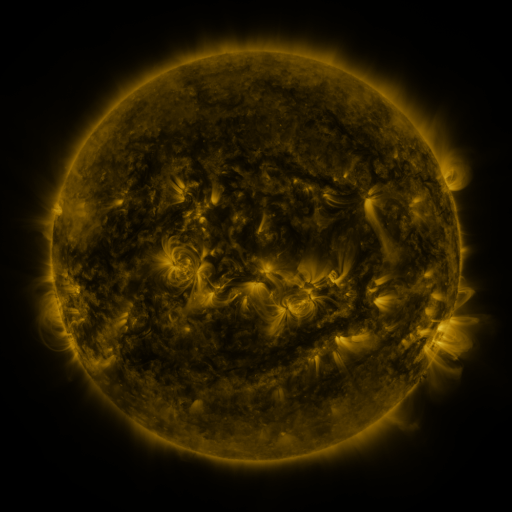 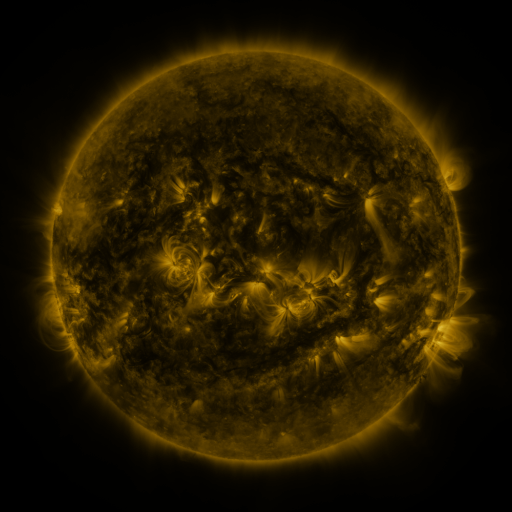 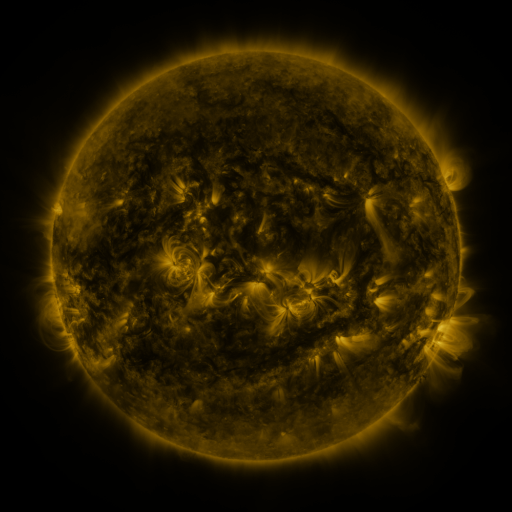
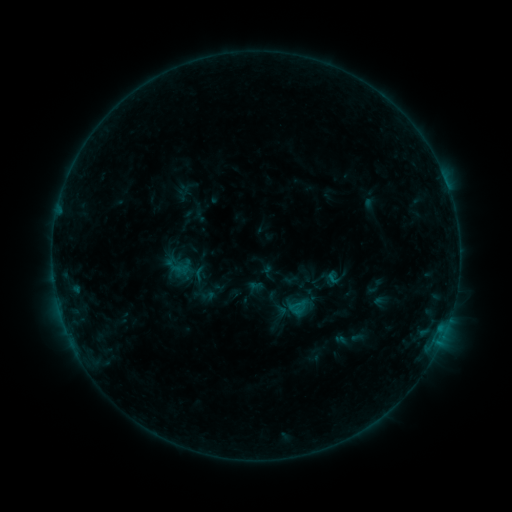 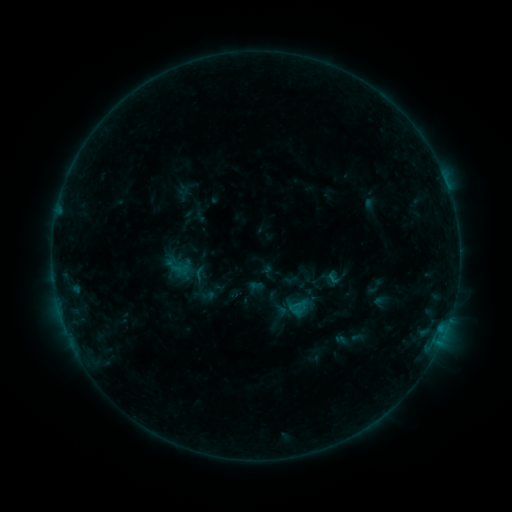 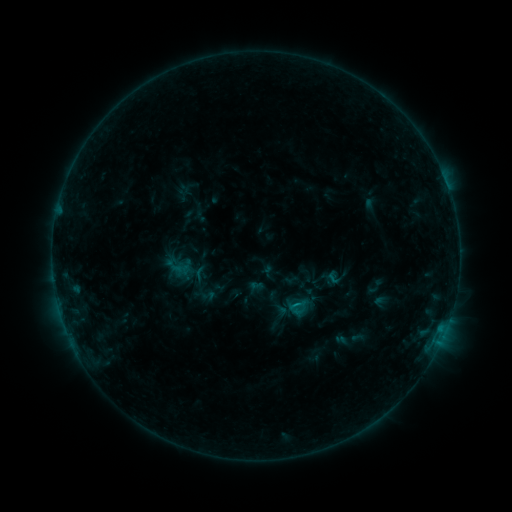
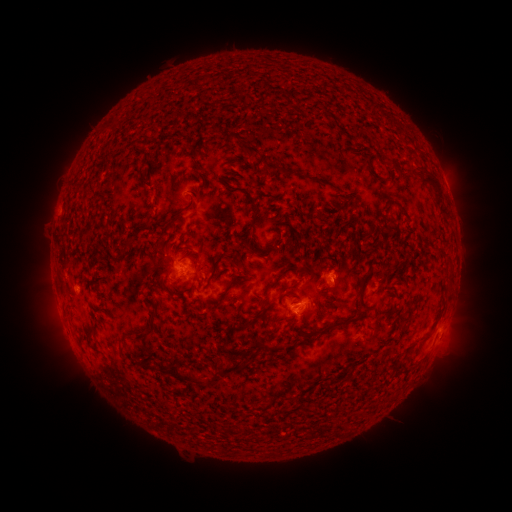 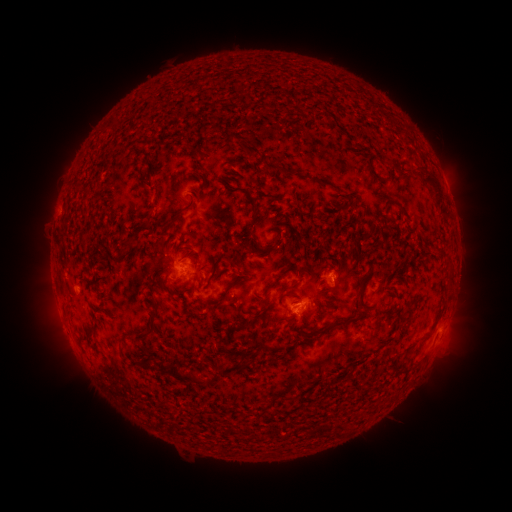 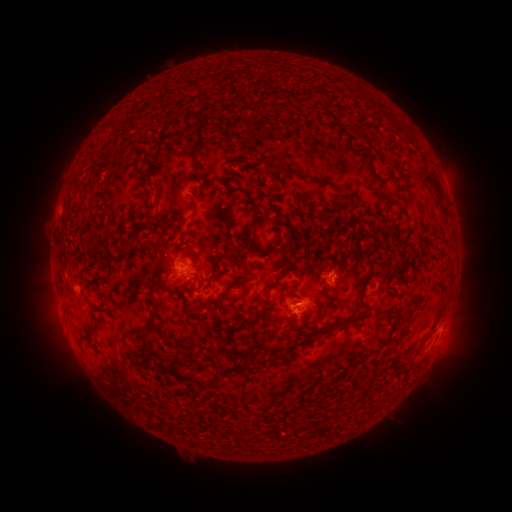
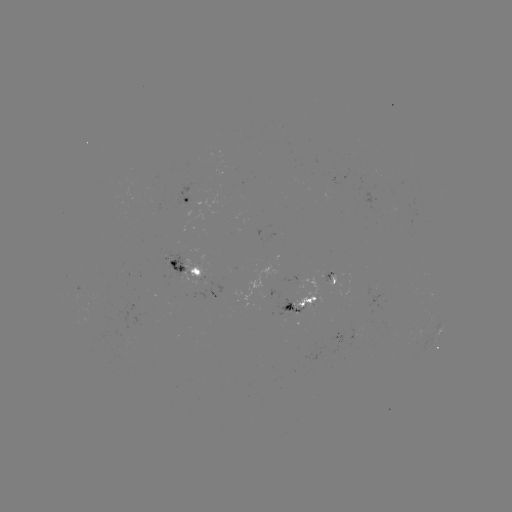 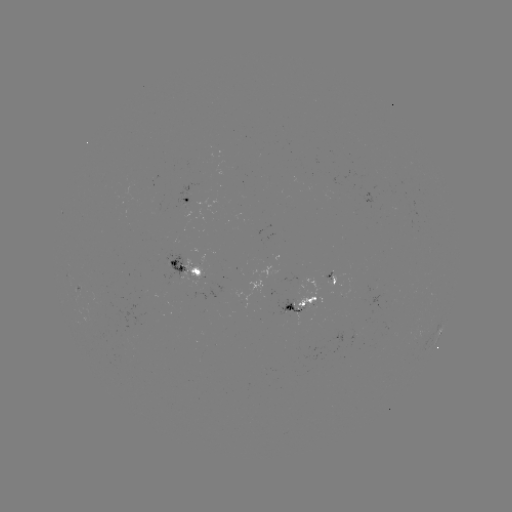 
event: flare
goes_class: B5.8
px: (296, 301)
